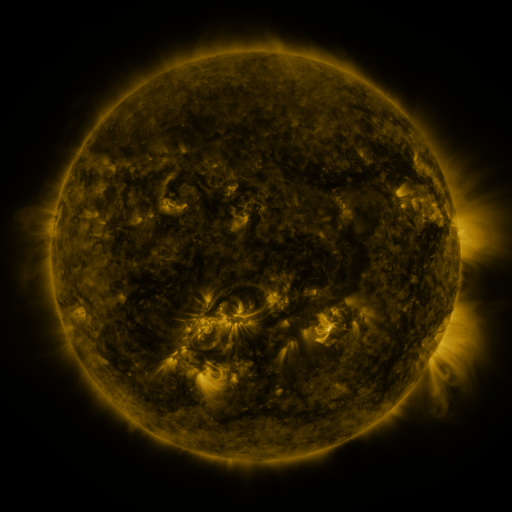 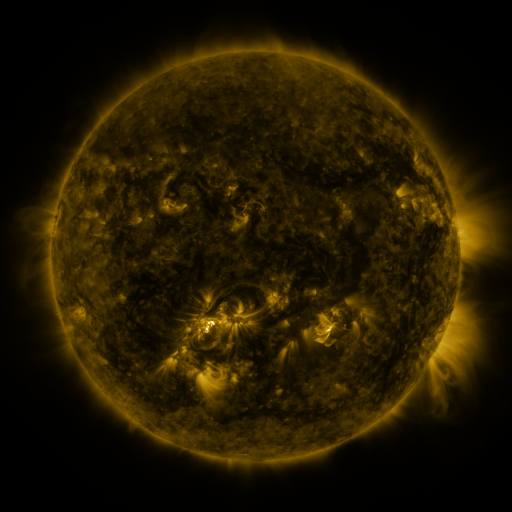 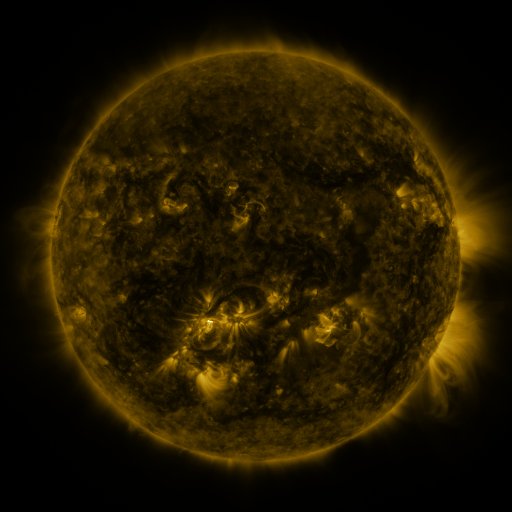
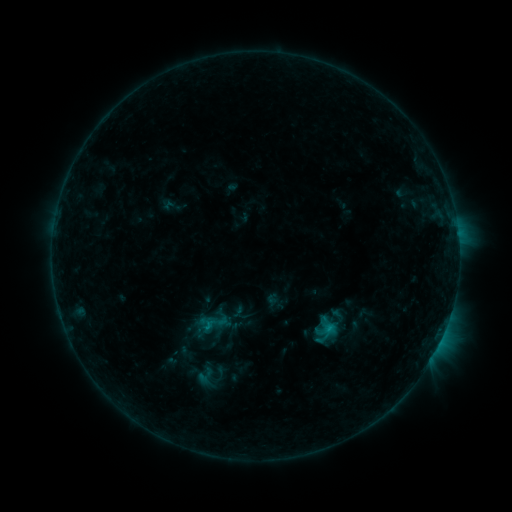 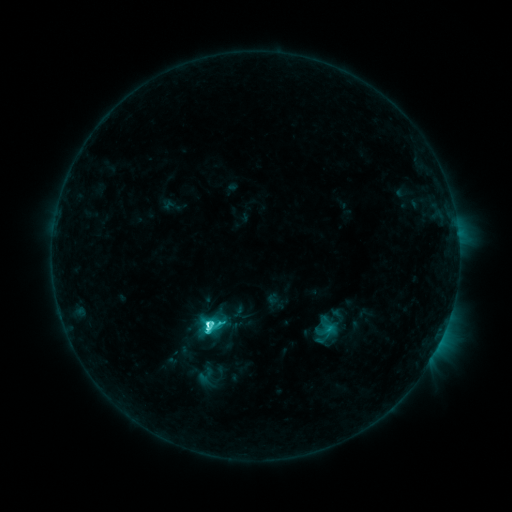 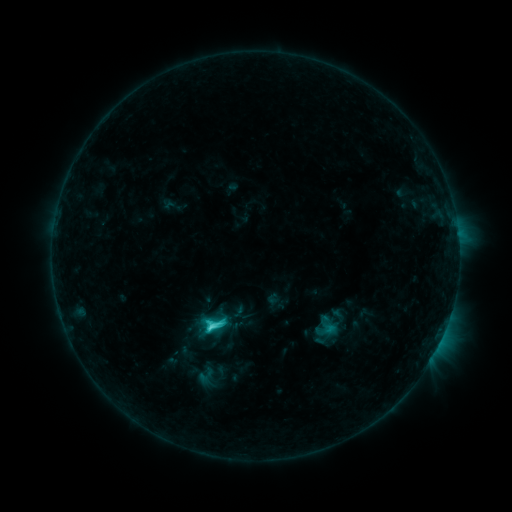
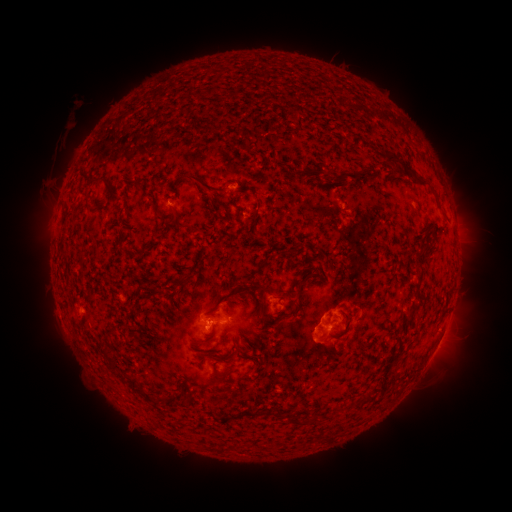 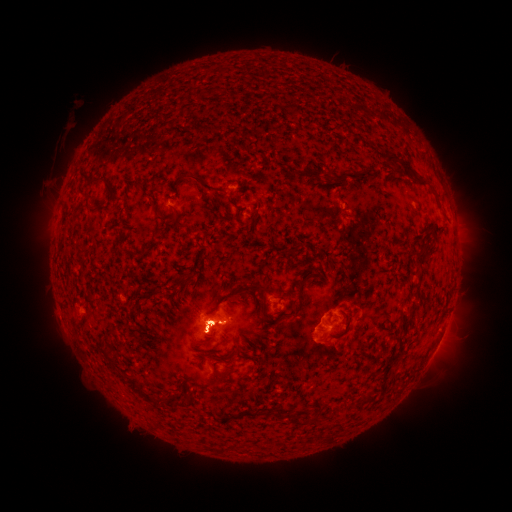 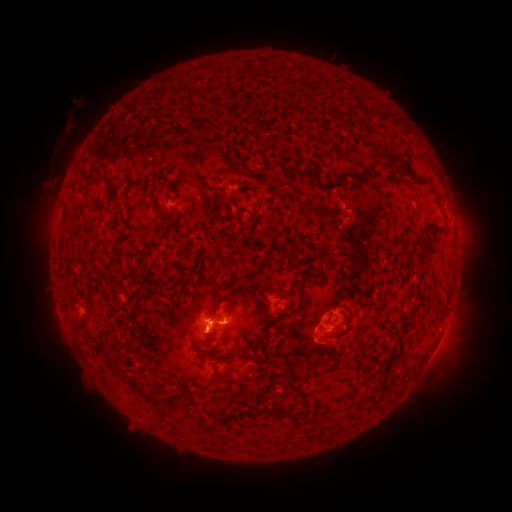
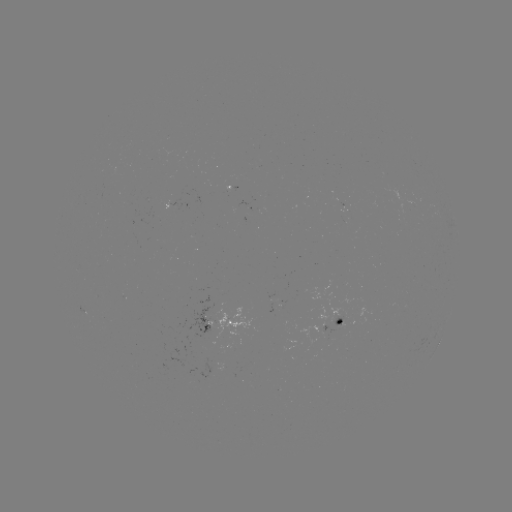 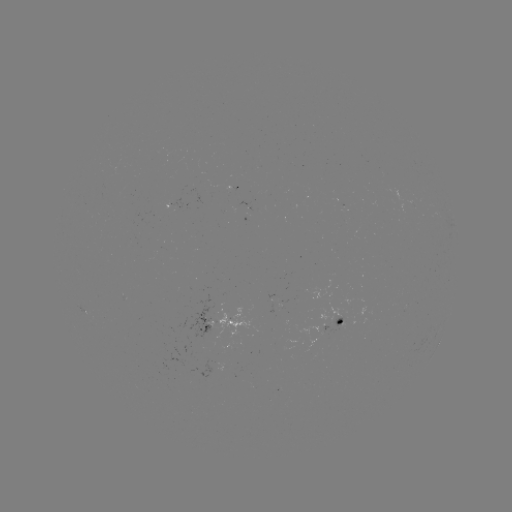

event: flare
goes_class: C7.3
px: (208, 324)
